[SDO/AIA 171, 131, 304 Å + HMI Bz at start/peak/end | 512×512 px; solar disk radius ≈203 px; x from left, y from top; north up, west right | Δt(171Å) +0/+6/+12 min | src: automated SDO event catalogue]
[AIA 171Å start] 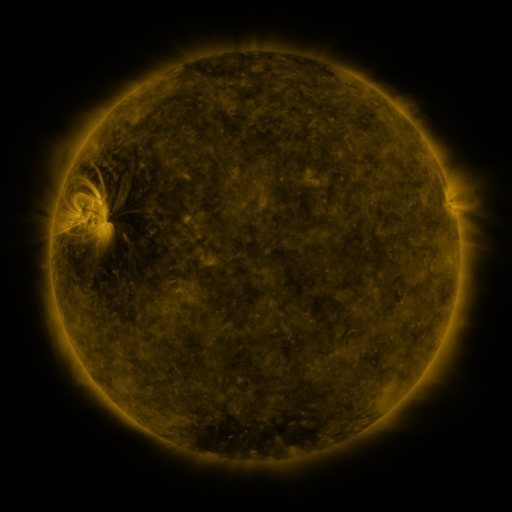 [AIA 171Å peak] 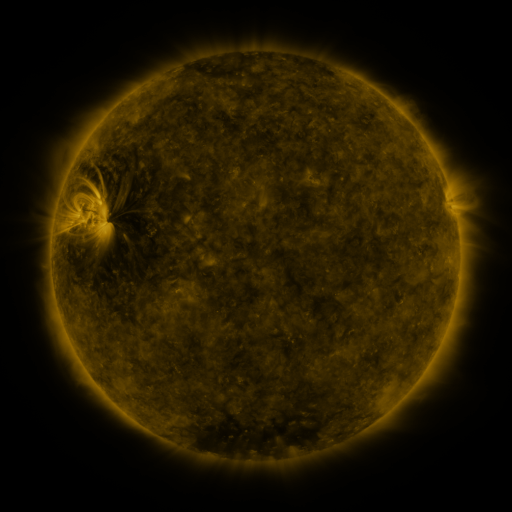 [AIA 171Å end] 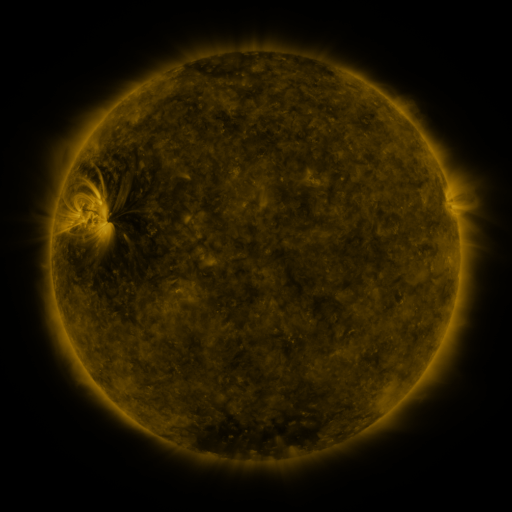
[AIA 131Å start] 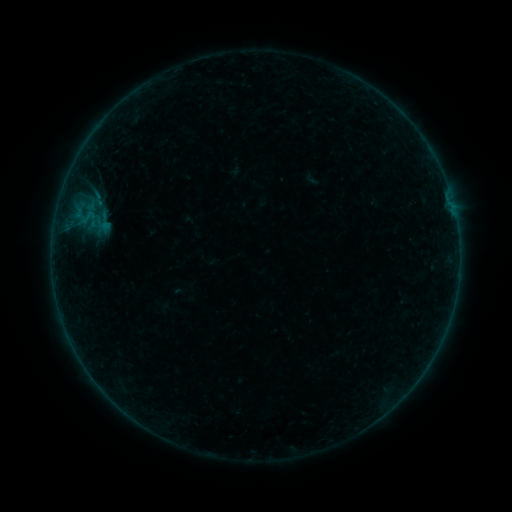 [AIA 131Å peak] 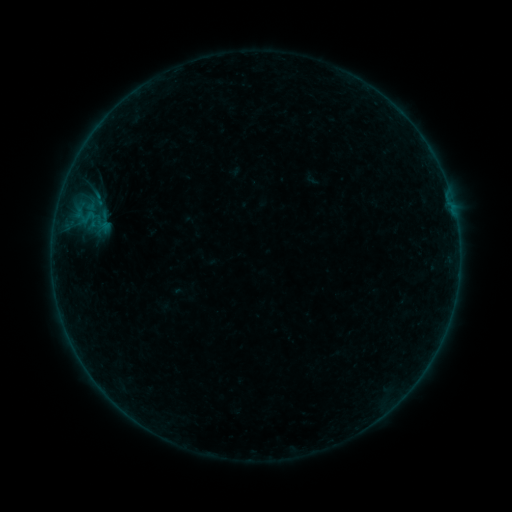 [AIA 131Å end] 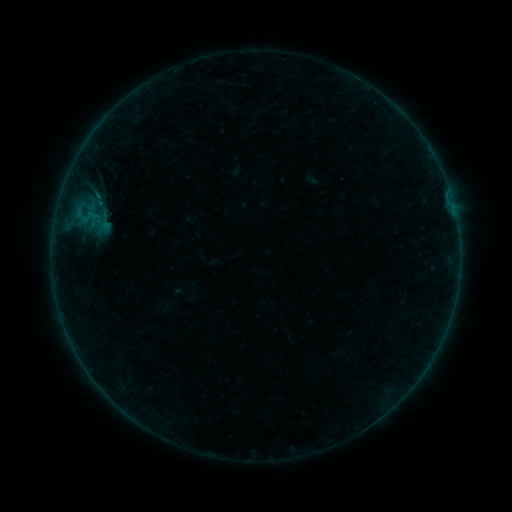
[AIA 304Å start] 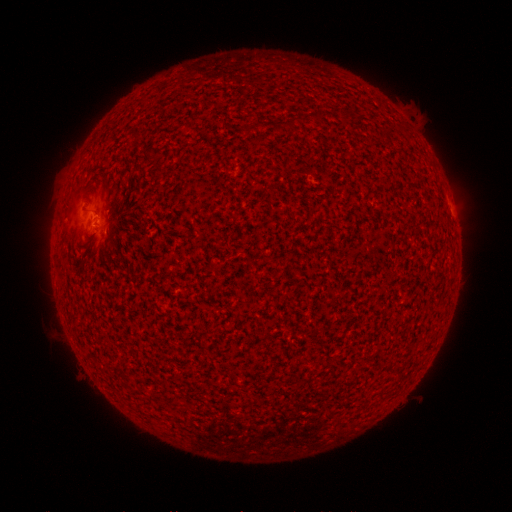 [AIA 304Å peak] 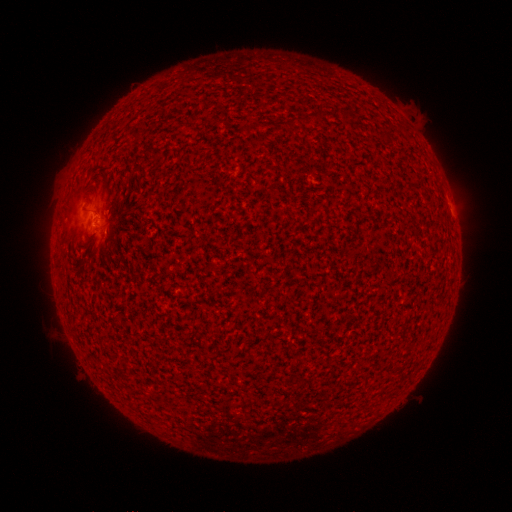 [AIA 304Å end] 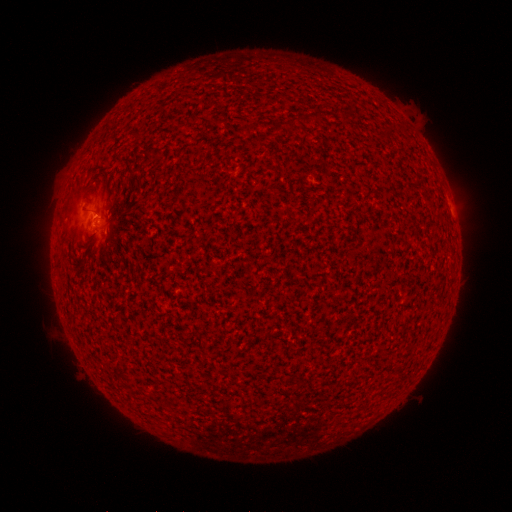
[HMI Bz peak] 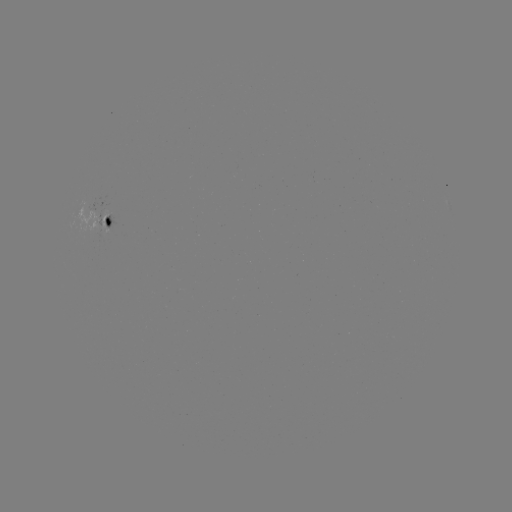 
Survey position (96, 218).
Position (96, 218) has A7.9 flare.